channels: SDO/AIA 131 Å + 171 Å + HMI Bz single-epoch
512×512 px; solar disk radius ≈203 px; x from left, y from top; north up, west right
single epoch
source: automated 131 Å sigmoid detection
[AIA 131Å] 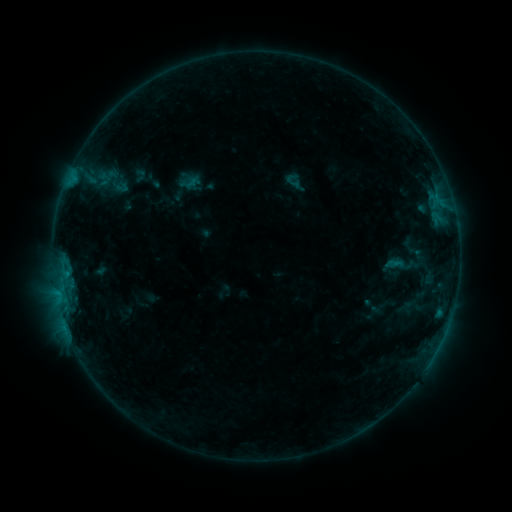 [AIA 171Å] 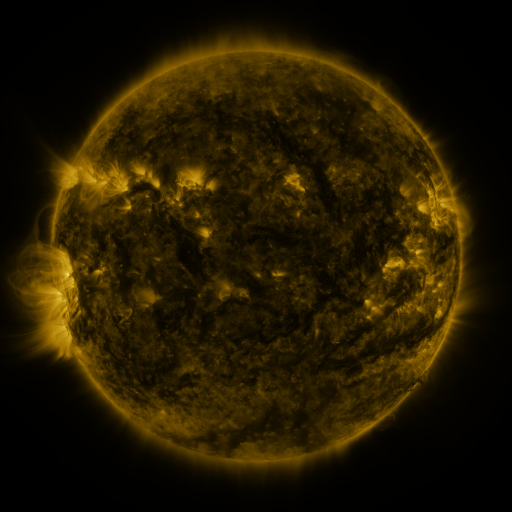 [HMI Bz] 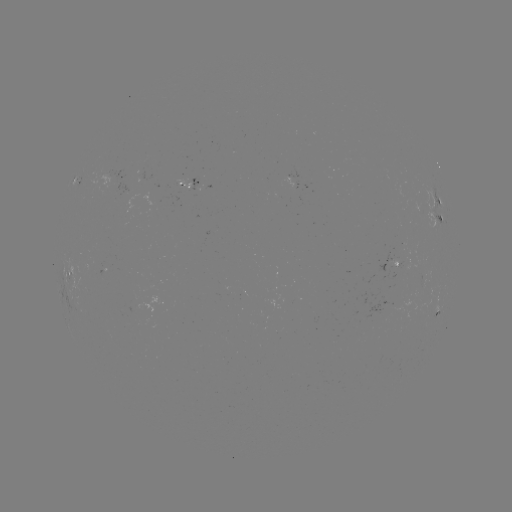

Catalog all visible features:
sigmoid: (133, 169, 147, 183)
sigmoid: (383, 247, 412, 282)
